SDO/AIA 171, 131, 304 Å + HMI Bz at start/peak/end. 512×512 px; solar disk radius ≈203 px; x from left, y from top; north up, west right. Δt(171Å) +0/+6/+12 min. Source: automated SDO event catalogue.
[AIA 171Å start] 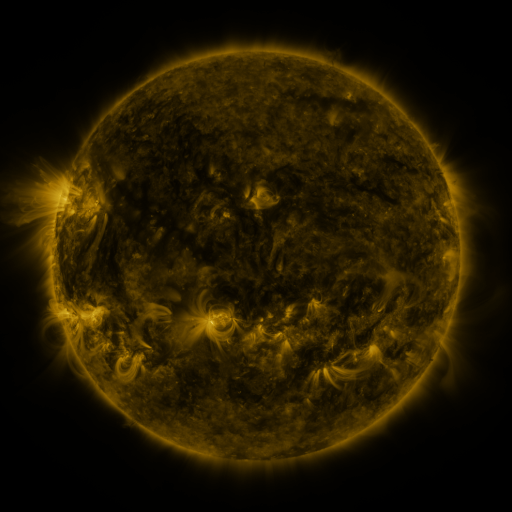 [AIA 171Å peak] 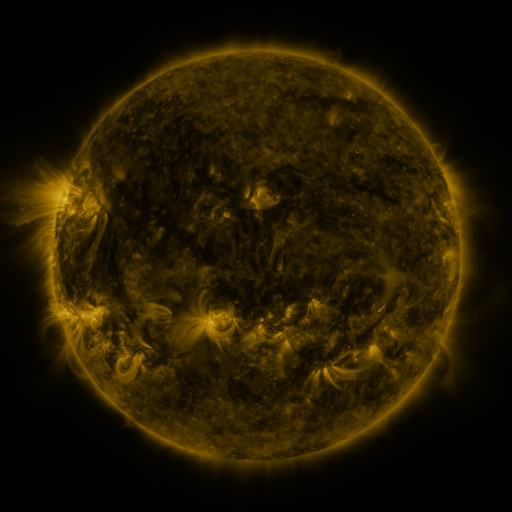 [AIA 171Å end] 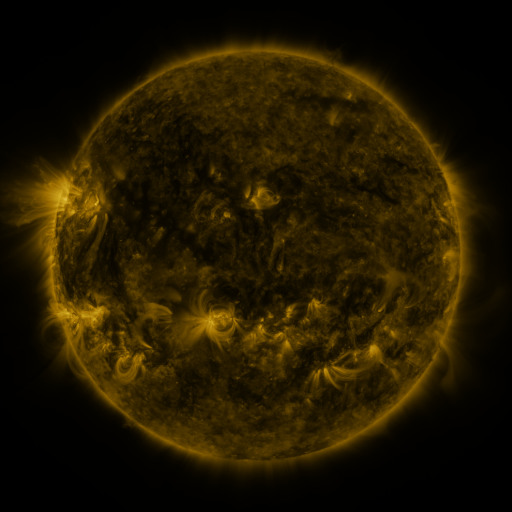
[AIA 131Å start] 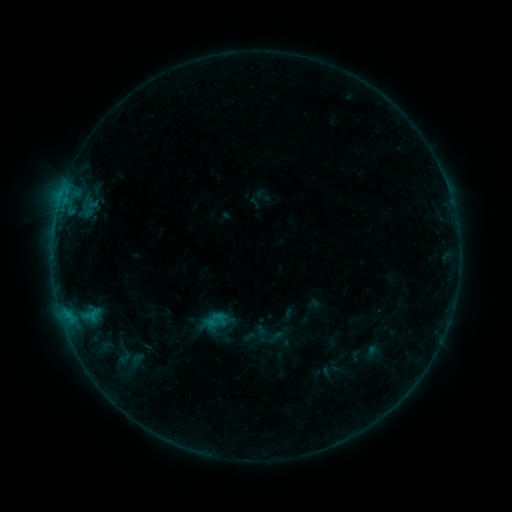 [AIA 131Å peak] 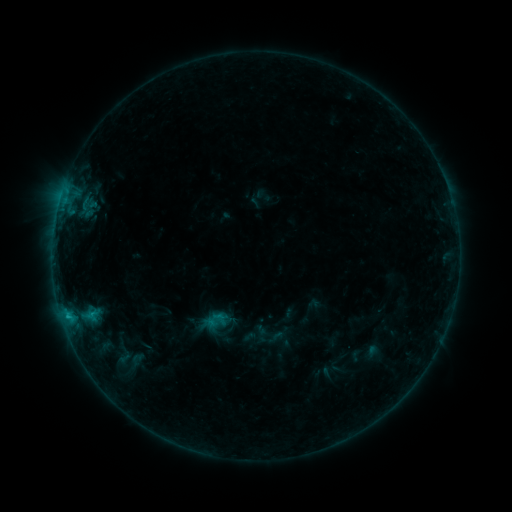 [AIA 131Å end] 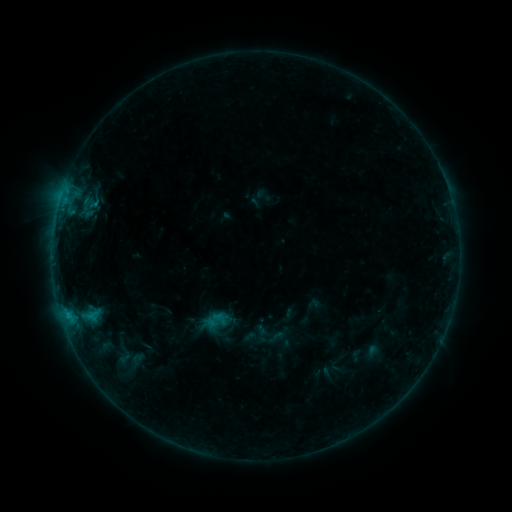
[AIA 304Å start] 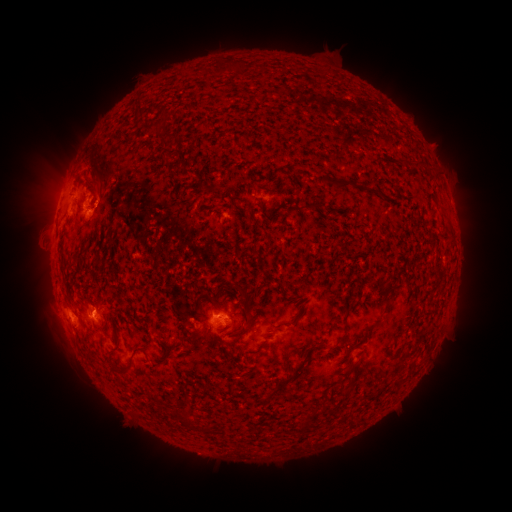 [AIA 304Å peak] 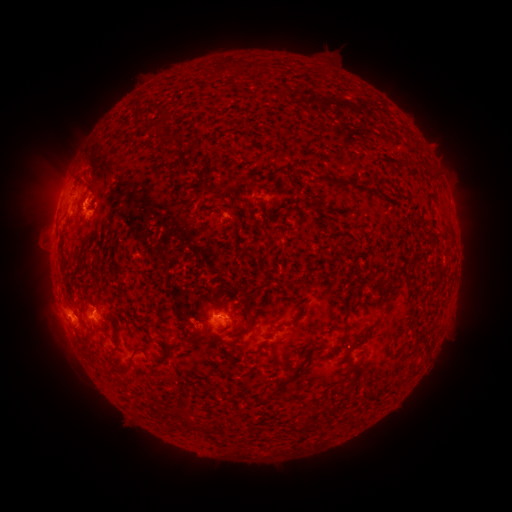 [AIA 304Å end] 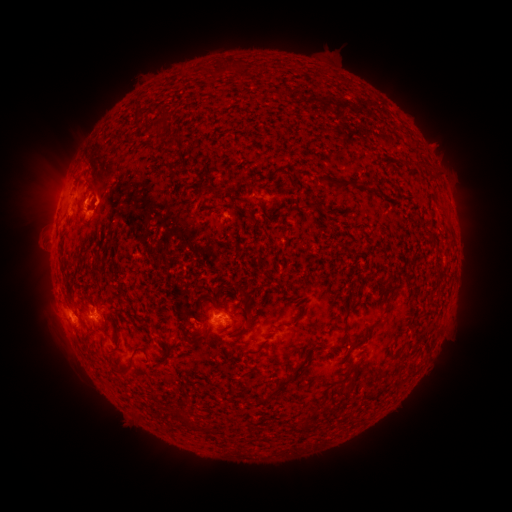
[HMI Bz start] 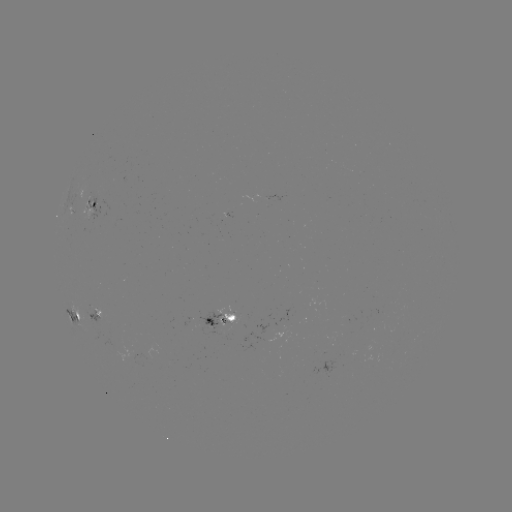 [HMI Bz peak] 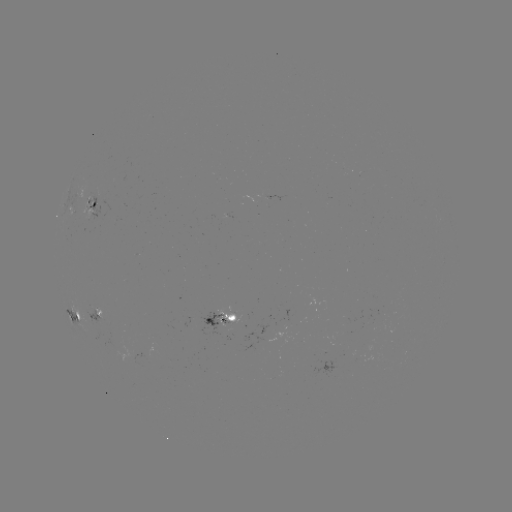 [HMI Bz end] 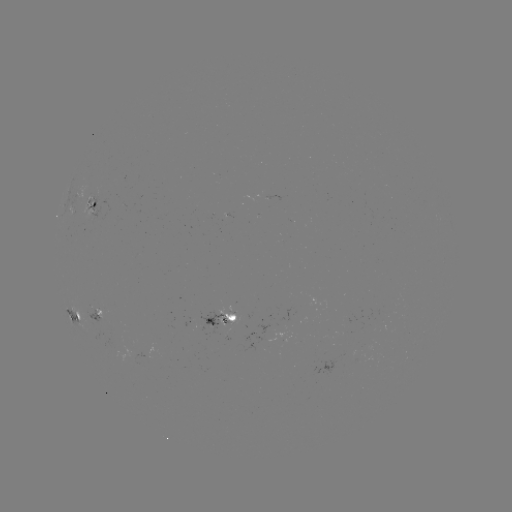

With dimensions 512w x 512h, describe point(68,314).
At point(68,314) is B6.2 flare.